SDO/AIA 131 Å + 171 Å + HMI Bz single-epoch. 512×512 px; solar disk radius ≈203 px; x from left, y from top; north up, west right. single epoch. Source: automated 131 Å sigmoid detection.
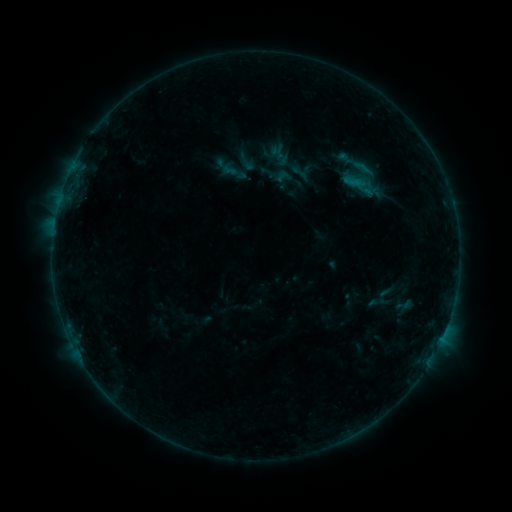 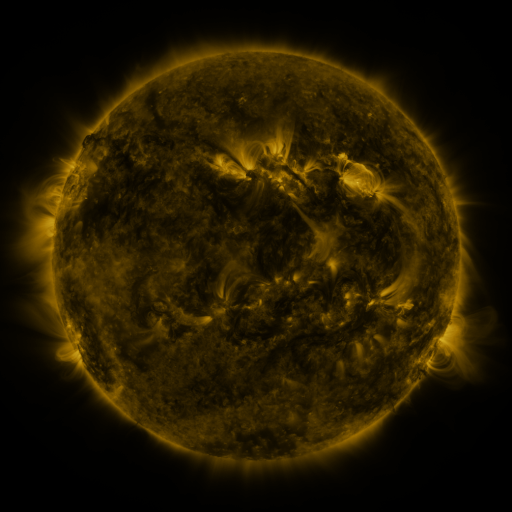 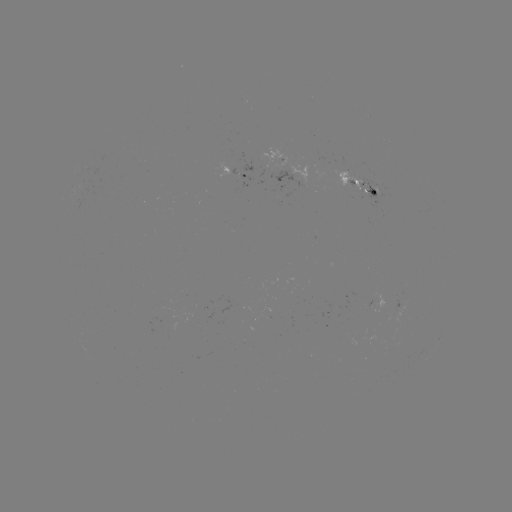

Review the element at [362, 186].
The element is sigmoid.